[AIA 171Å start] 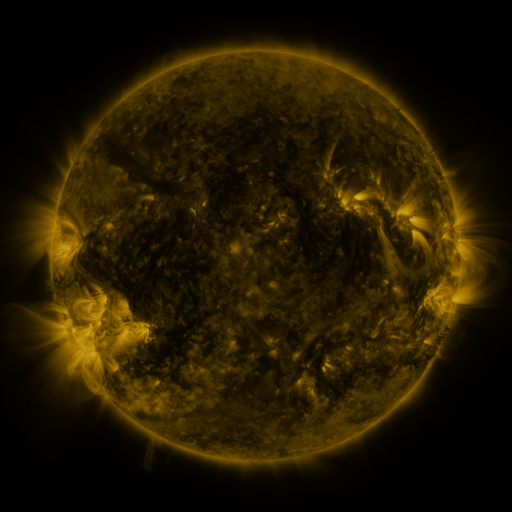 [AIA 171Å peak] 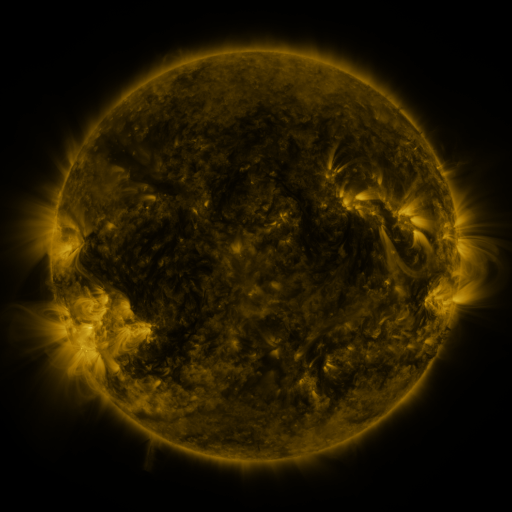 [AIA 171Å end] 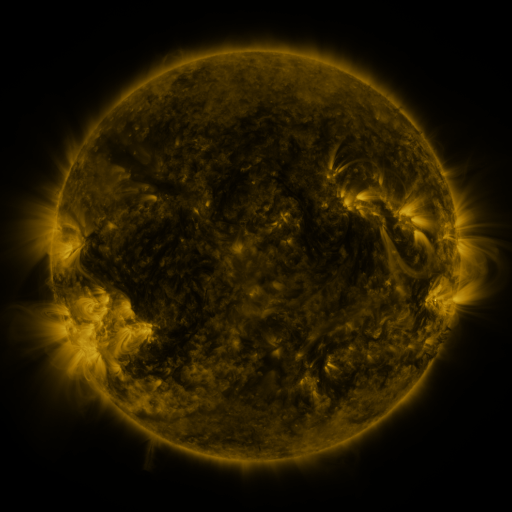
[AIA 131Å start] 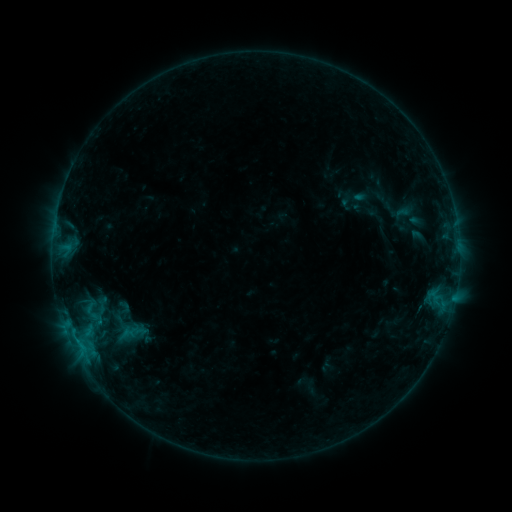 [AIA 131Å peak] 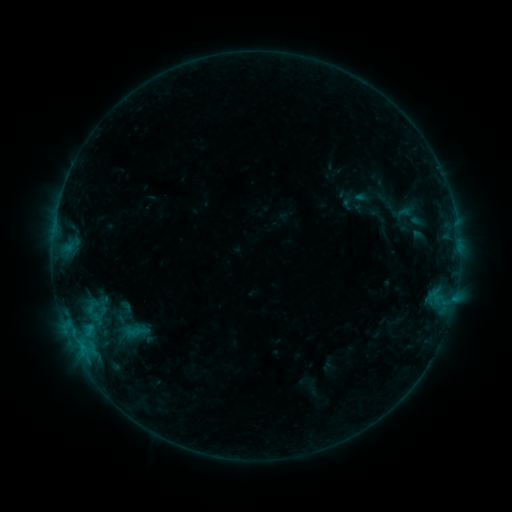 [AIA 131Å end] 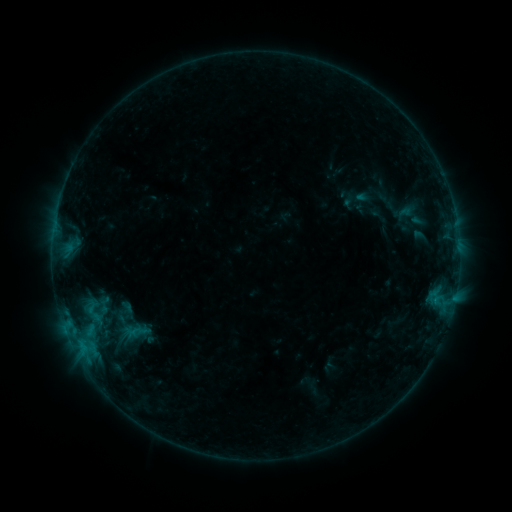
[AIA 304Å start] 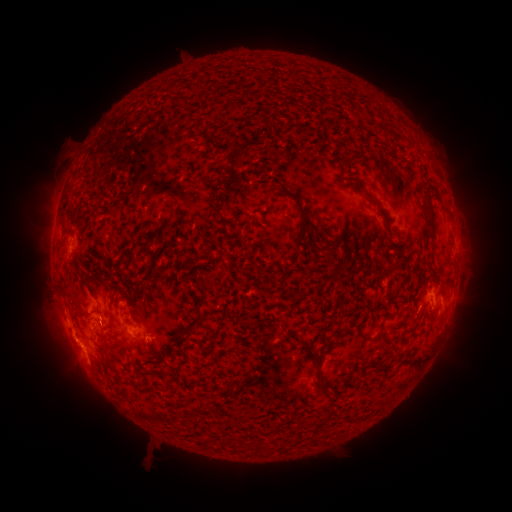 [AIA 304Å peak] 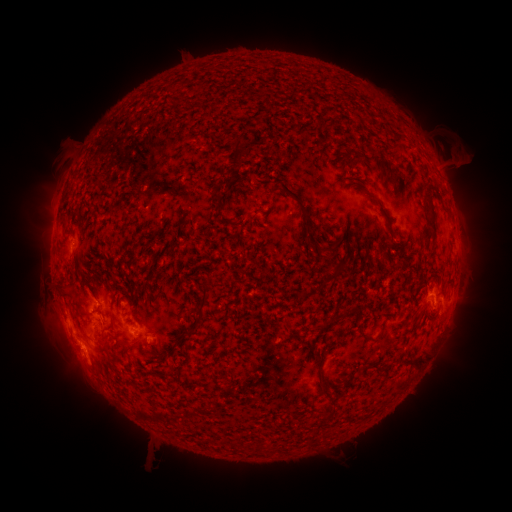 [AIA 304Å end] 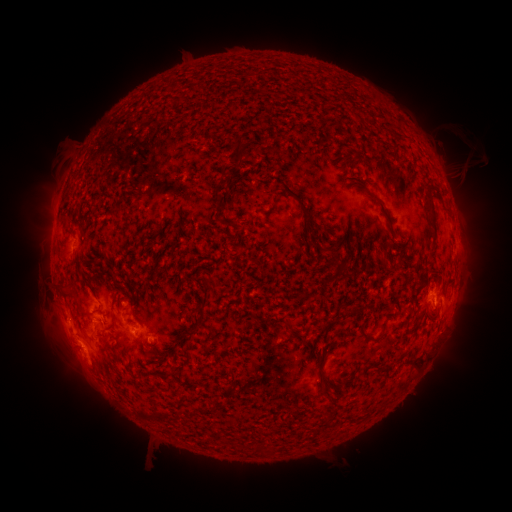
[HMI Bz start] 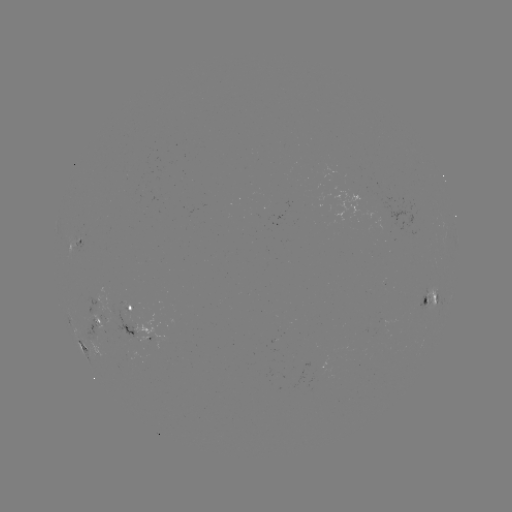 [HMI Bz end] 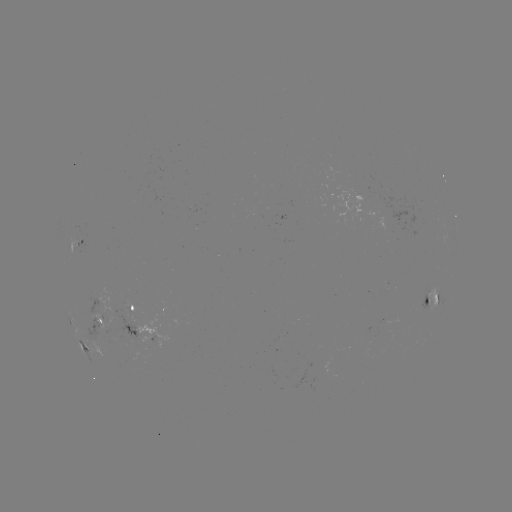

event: emerging-flux region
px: (101, 318)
